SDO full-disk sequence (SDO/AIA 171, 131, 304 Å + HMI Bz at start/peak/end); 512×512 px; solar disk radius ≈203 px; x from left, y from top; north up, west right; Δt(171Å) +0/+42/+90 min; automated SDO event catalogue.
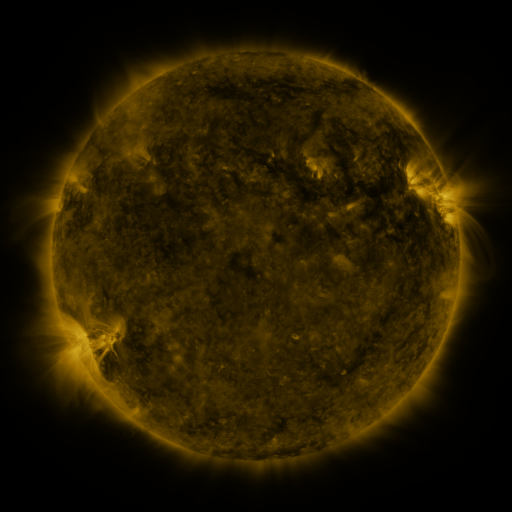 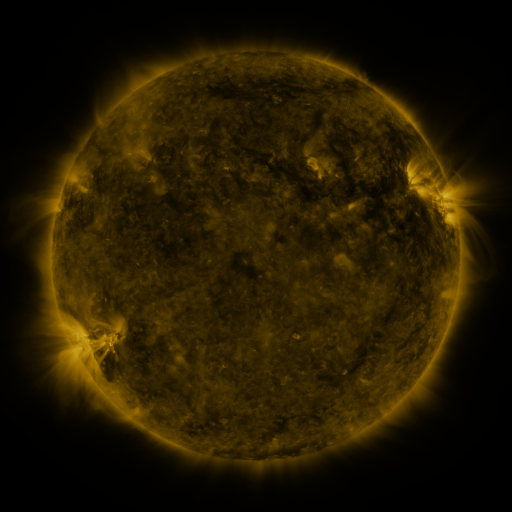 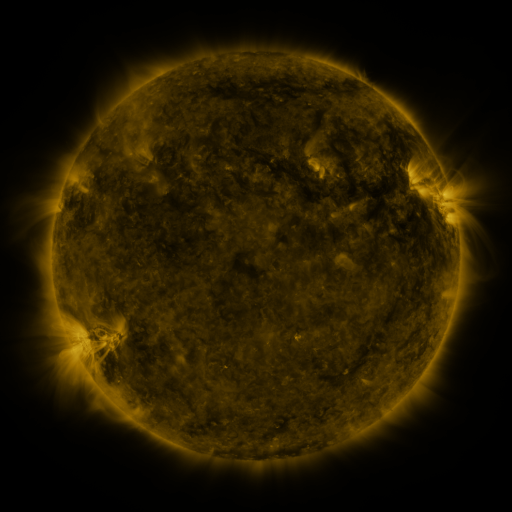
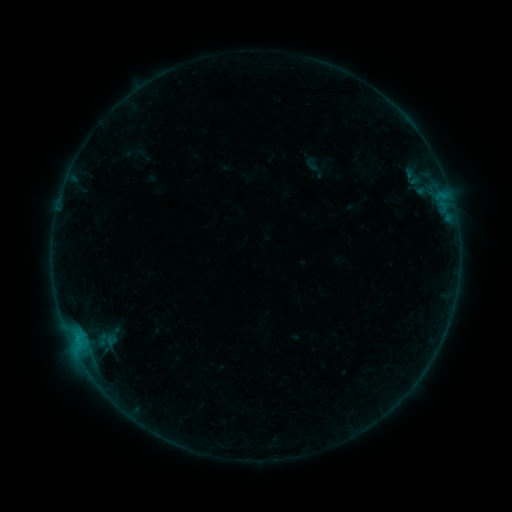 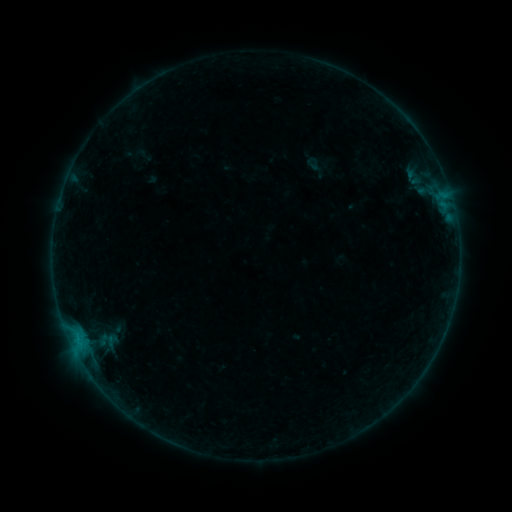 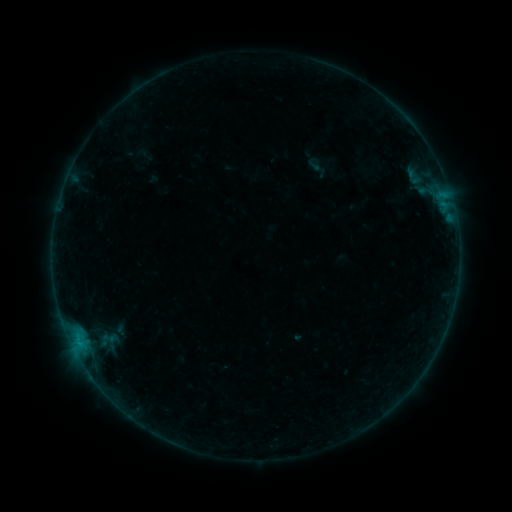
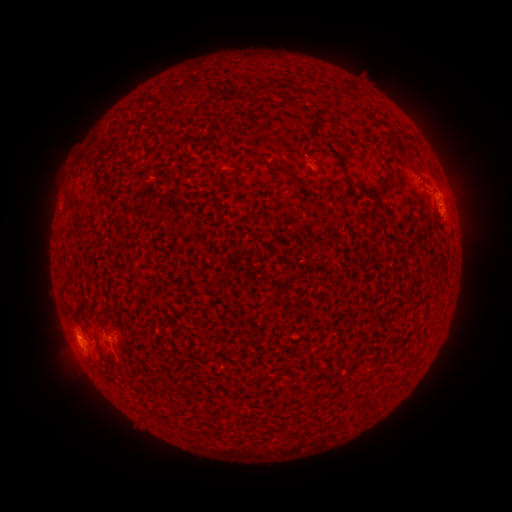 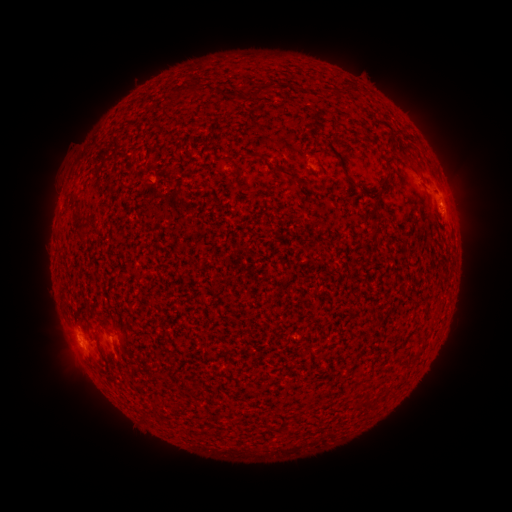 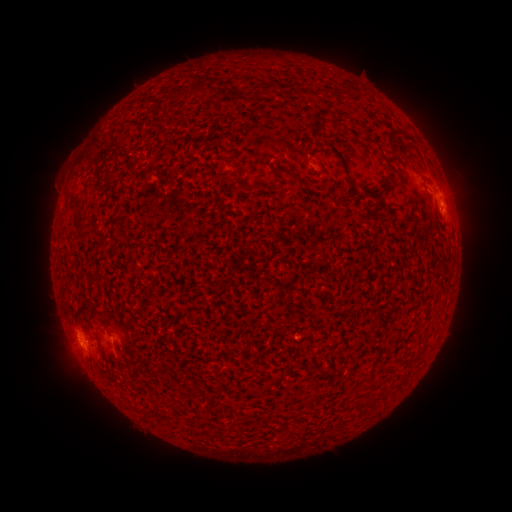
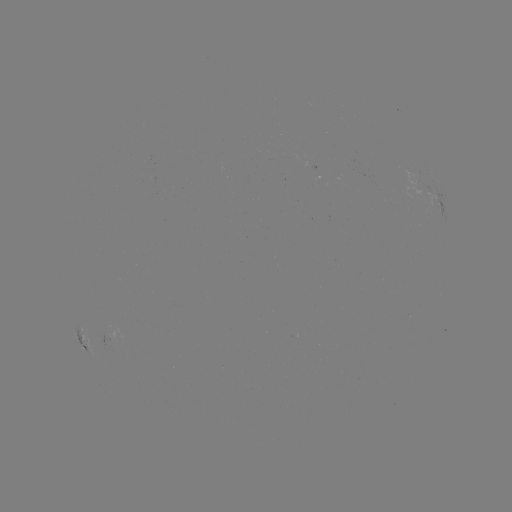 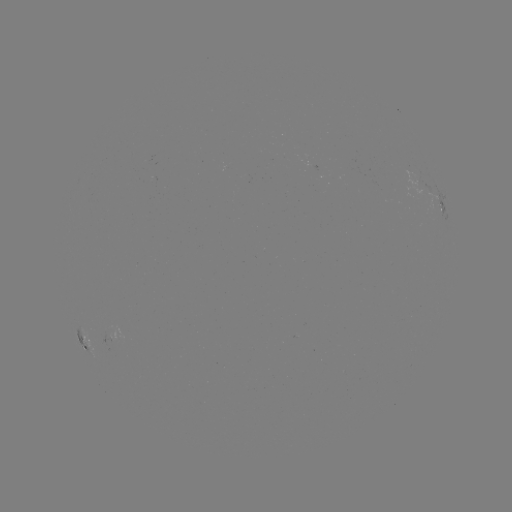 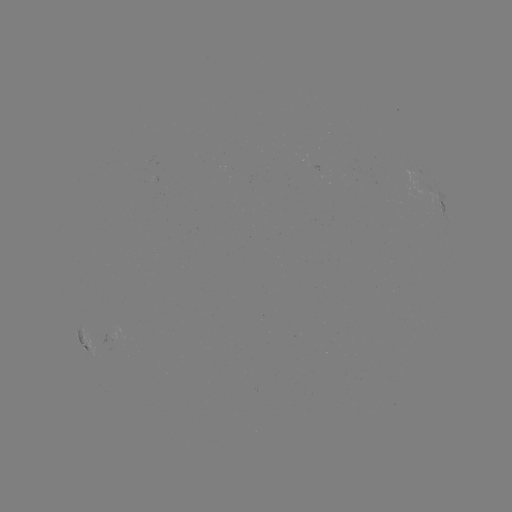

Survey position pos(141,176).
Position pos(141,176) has filament eruption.